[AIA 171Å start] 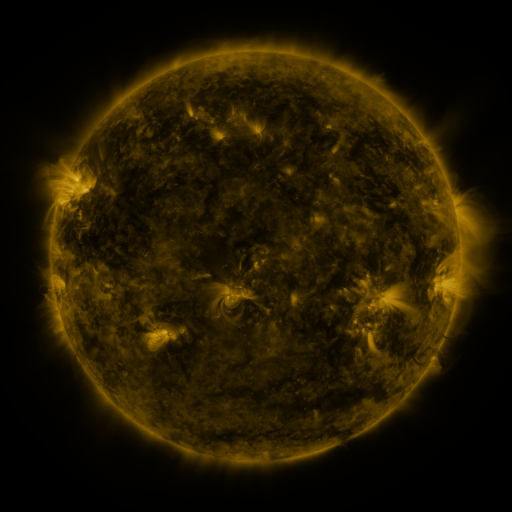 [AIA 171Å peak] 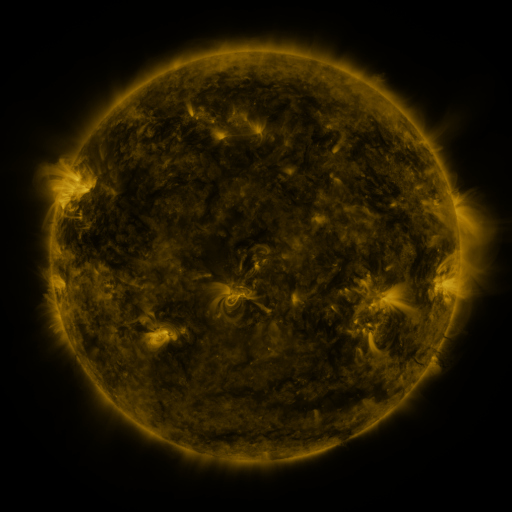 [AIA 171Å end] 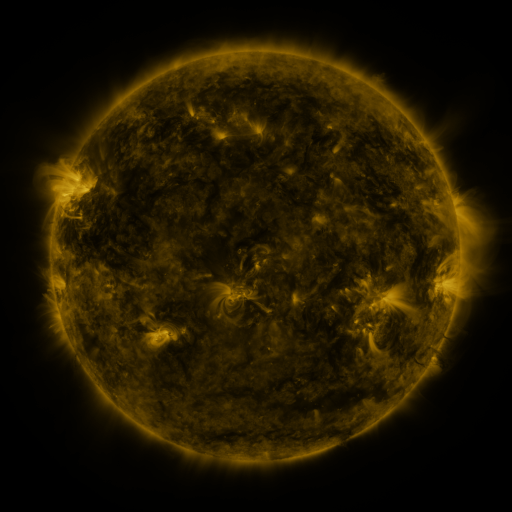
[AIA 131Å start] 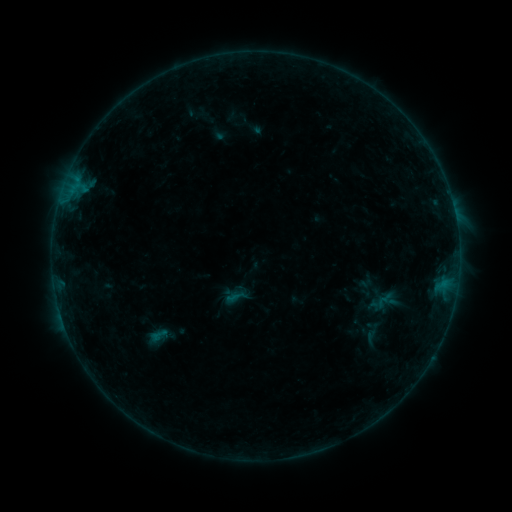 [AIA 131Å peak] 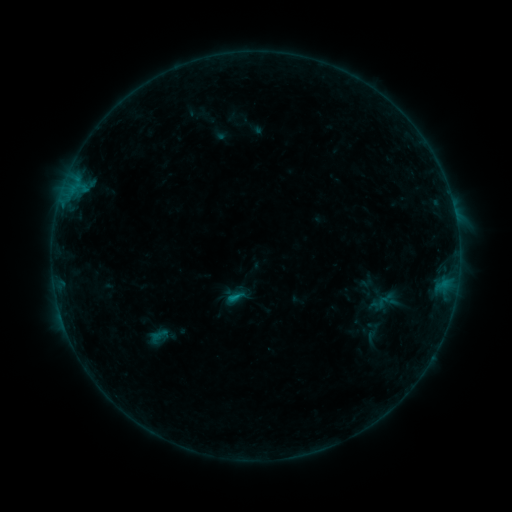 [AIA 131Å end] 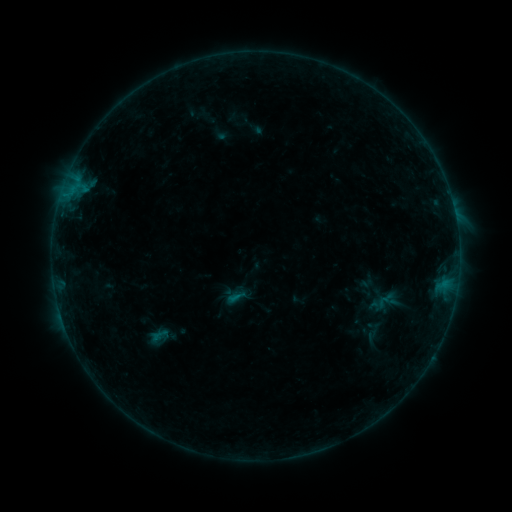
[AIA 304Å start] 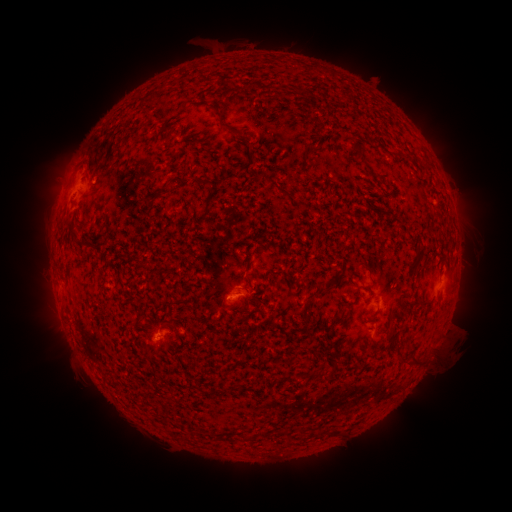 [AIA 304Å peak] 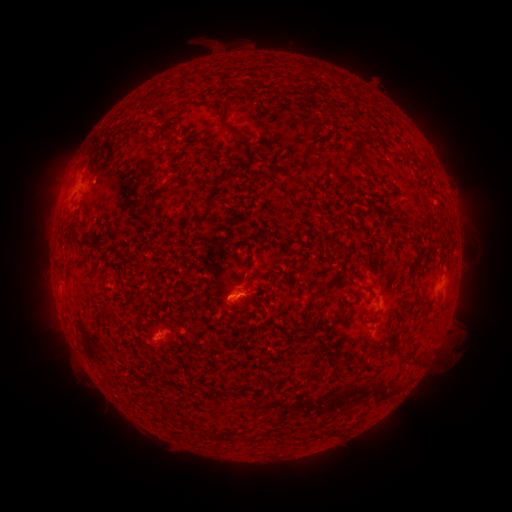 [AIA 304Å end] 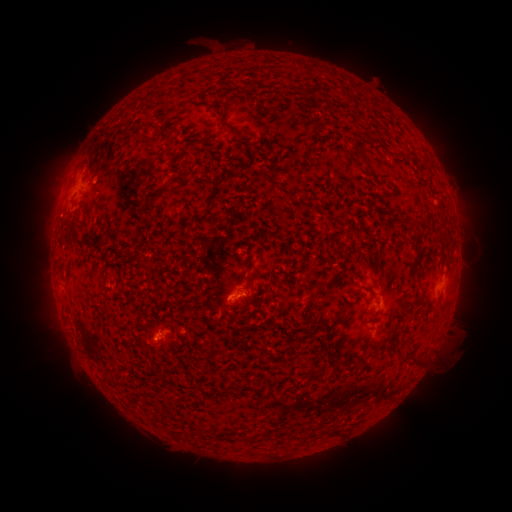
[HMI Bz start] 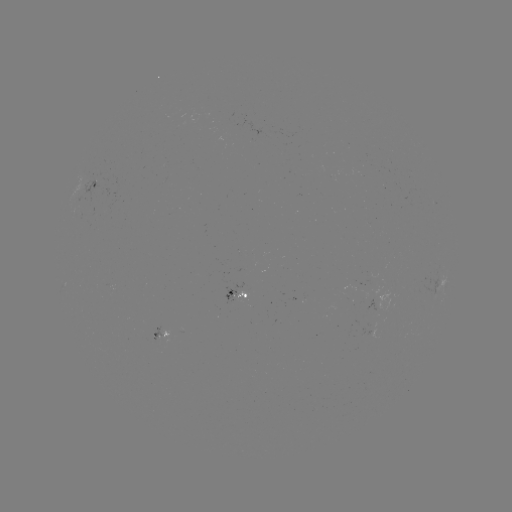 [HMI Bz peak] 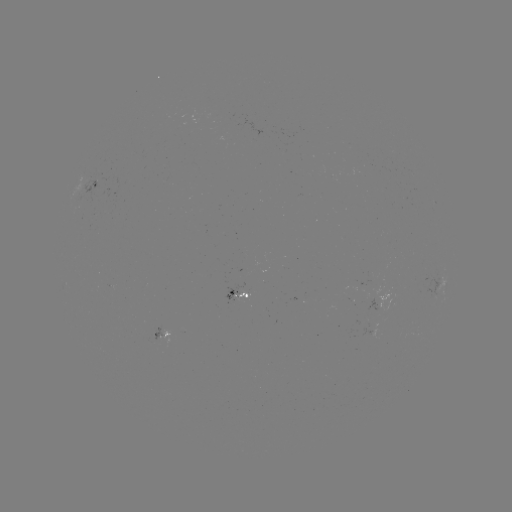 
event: flare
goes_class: B4.3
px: (235, 294)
